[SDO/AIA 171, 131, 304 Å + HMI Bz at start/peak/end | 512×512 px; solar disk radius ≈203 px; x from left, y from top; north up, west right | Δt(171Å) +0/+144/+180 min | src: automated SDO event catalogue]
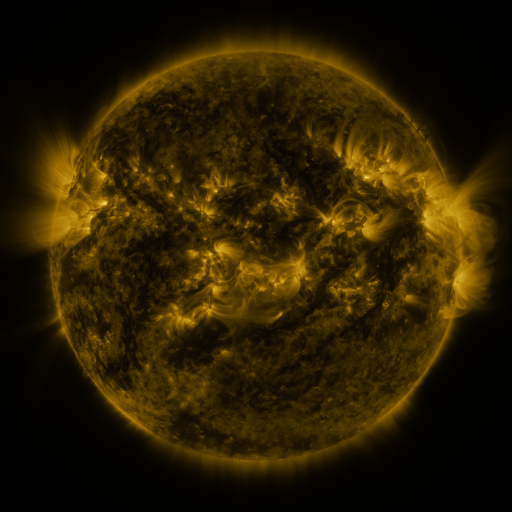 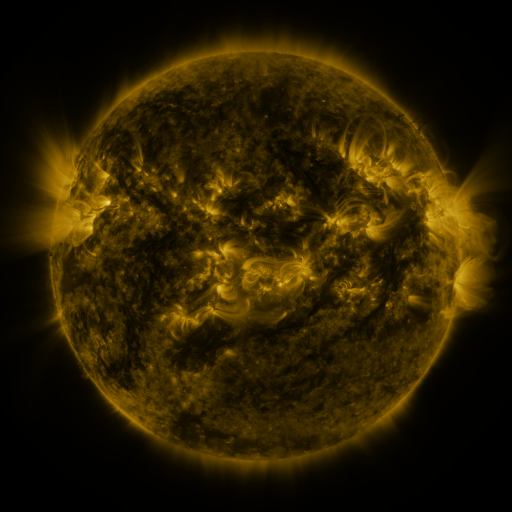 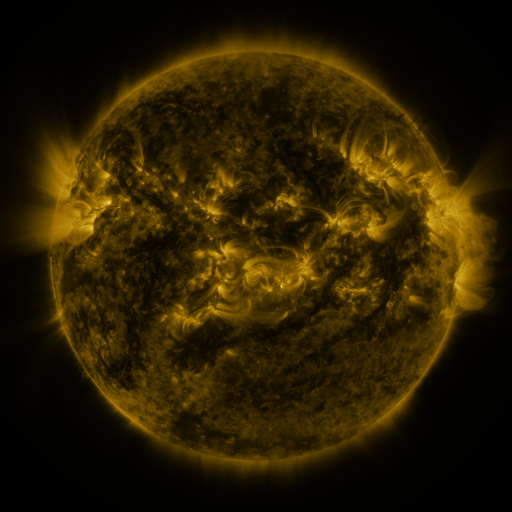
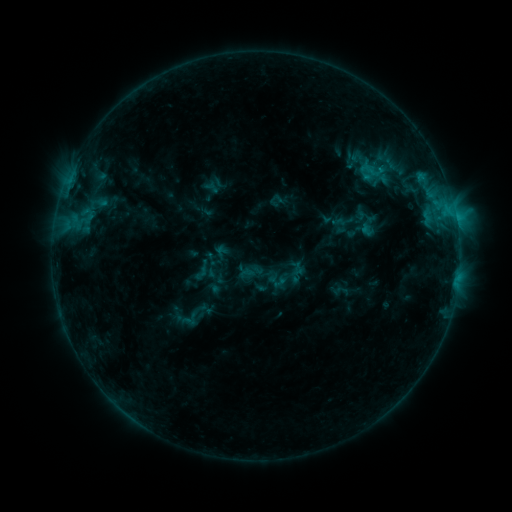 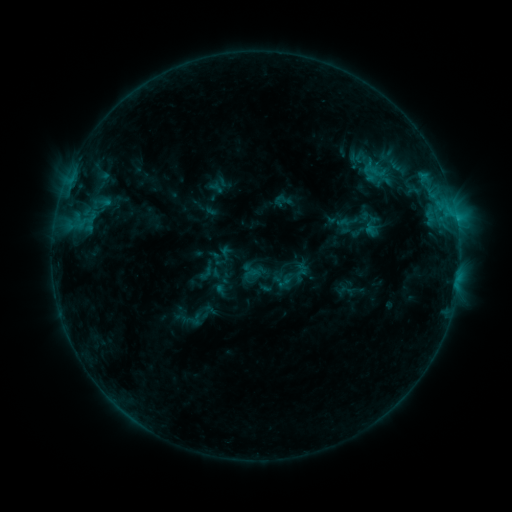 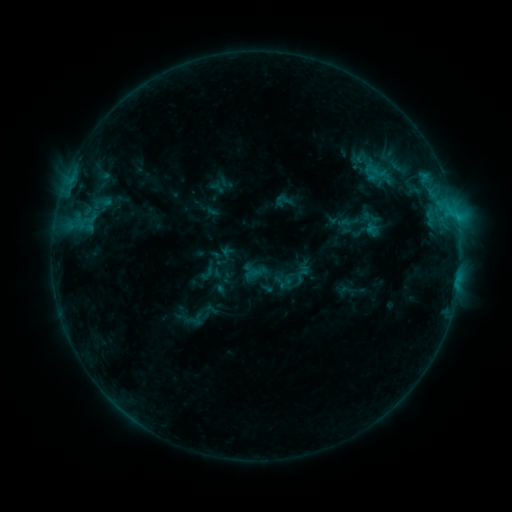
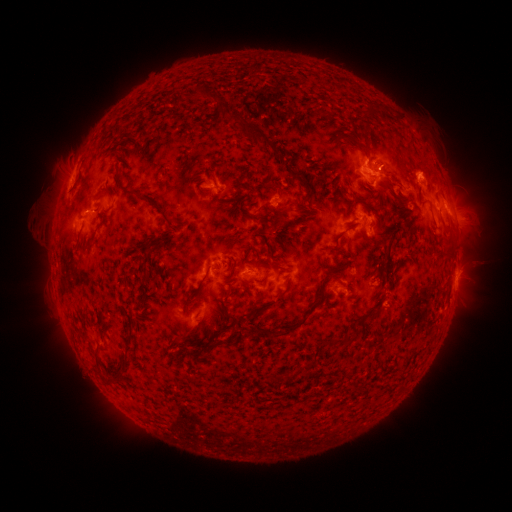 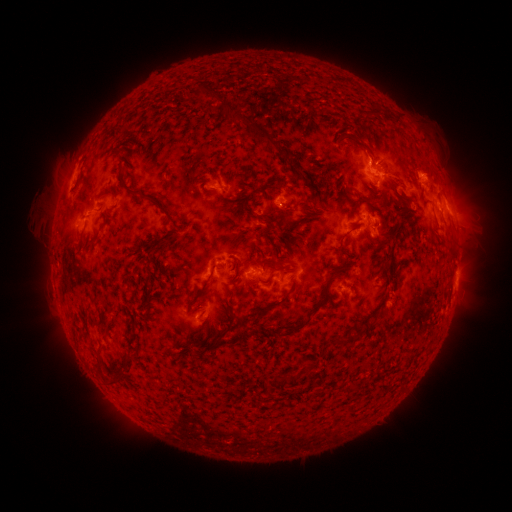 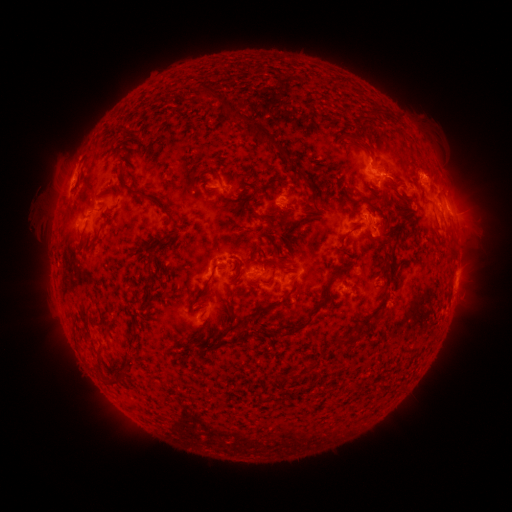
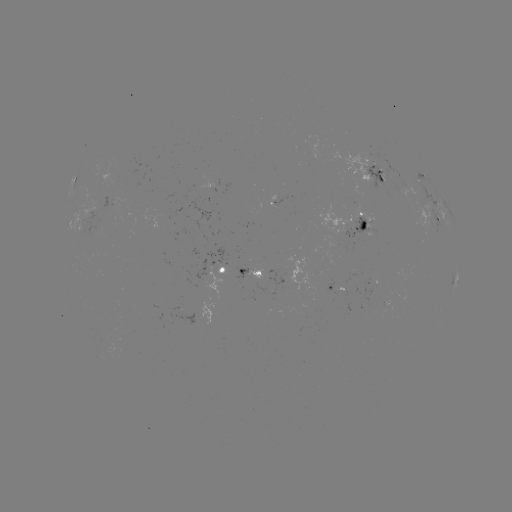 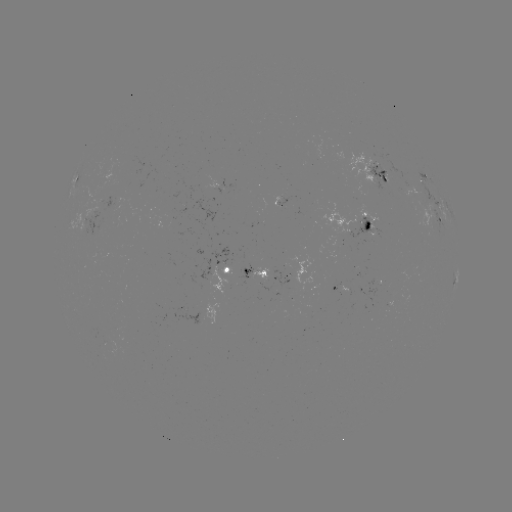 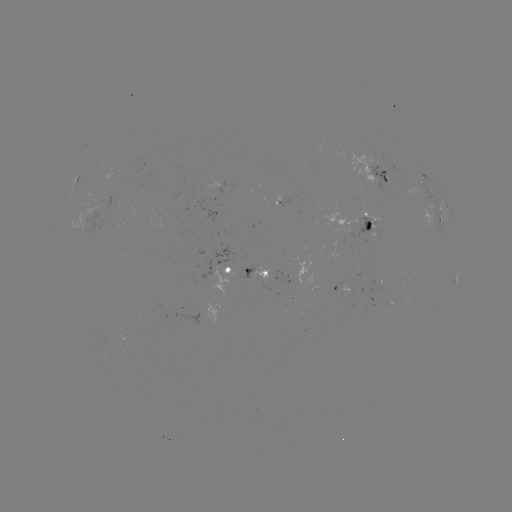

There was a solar emerging-flux region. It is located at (285, 277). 